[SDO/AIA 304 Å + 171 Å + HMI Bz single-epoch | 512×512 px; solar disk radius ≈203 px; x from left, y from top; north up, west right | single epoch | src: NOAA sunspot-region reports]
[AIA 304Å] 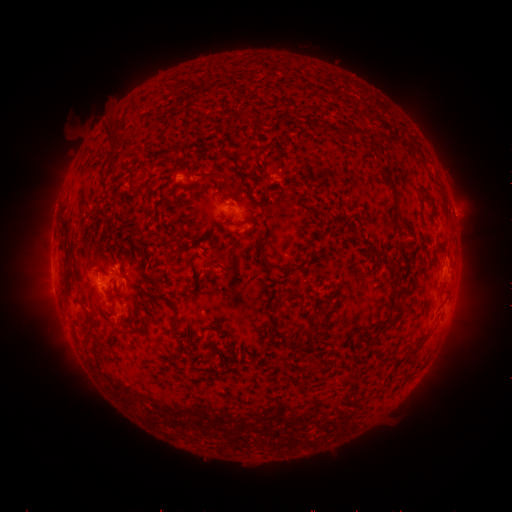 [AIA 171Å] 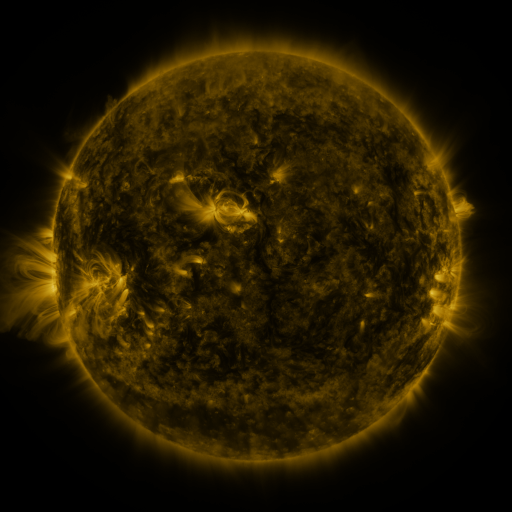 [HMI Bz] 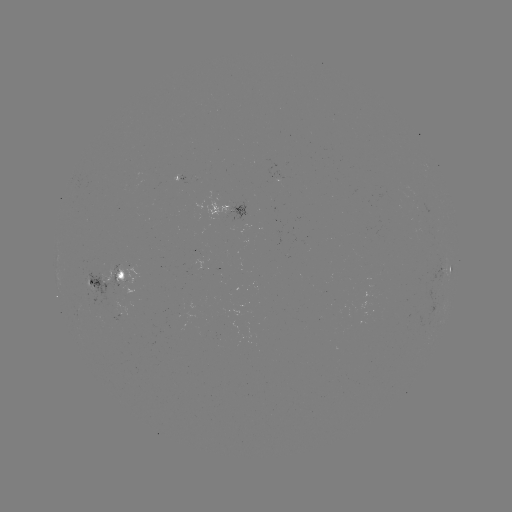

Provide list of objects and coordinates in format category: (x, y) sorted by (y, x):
spotted active region: (279, 174)
spotted active region: (224, 205)
spotted active region: (446, 267)
spotted active region: (106, 278)
